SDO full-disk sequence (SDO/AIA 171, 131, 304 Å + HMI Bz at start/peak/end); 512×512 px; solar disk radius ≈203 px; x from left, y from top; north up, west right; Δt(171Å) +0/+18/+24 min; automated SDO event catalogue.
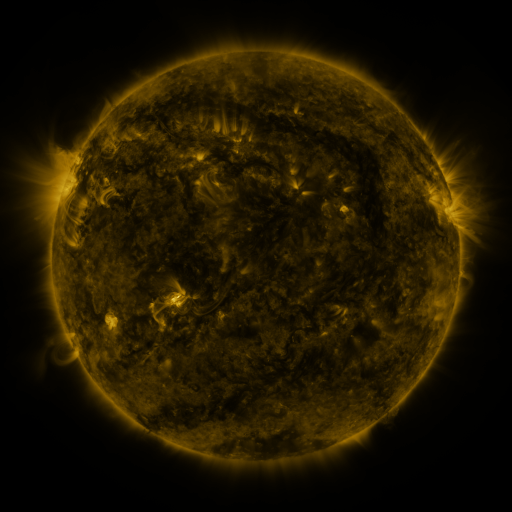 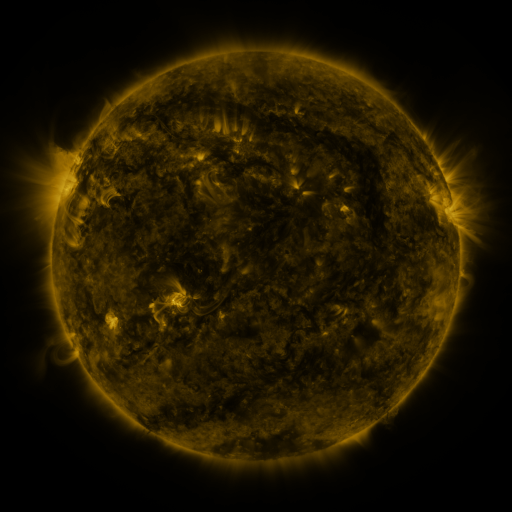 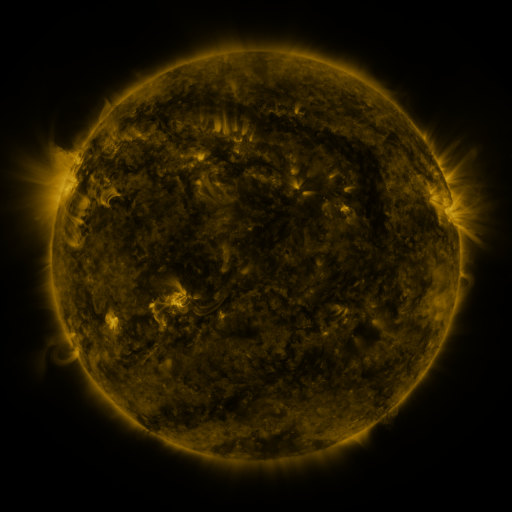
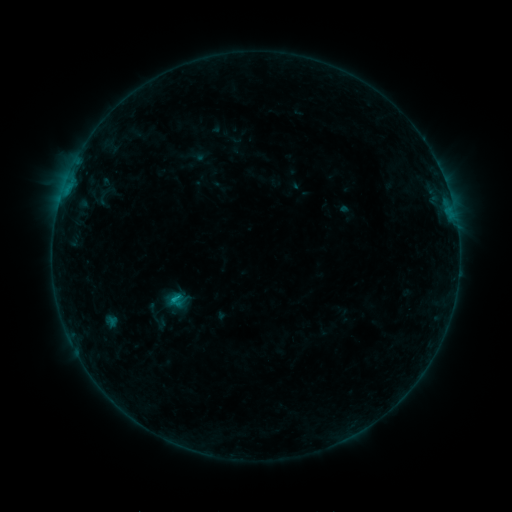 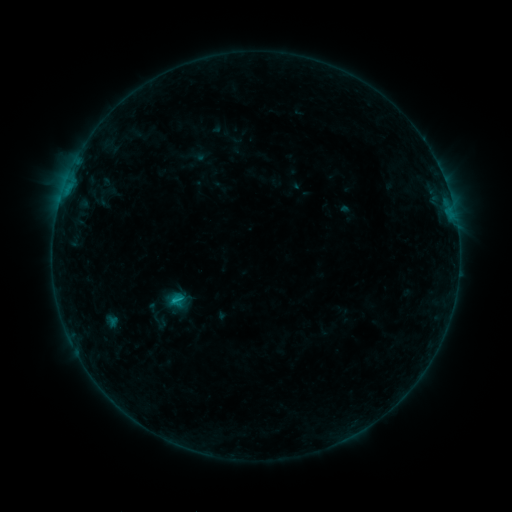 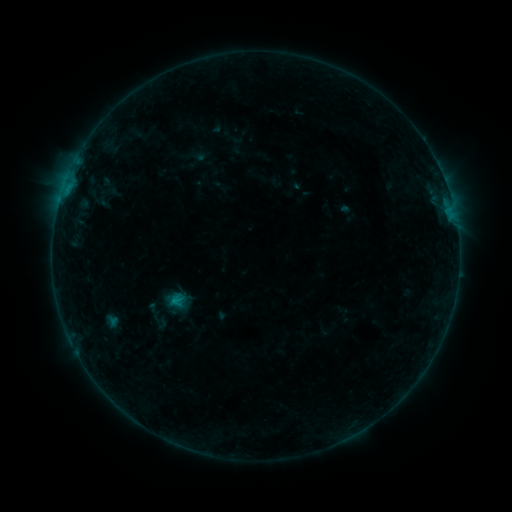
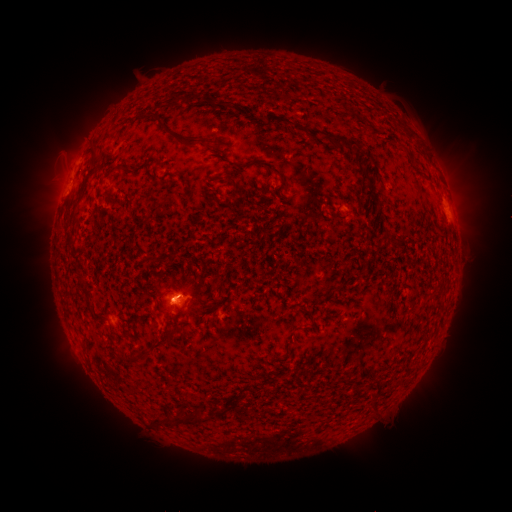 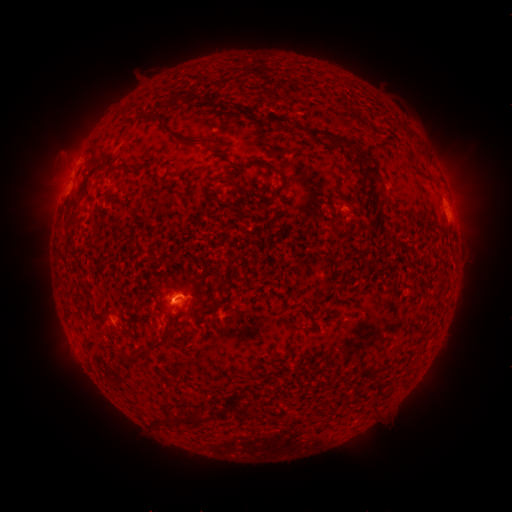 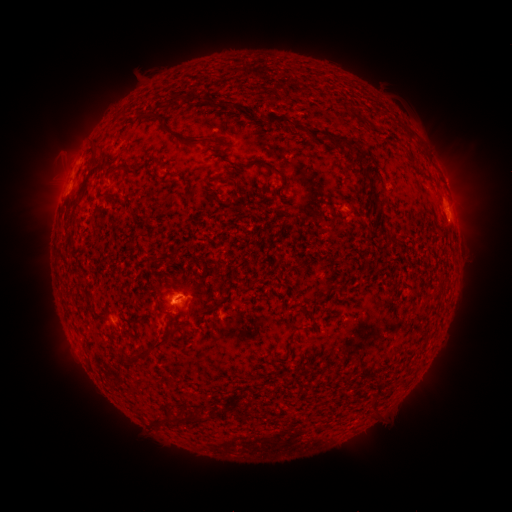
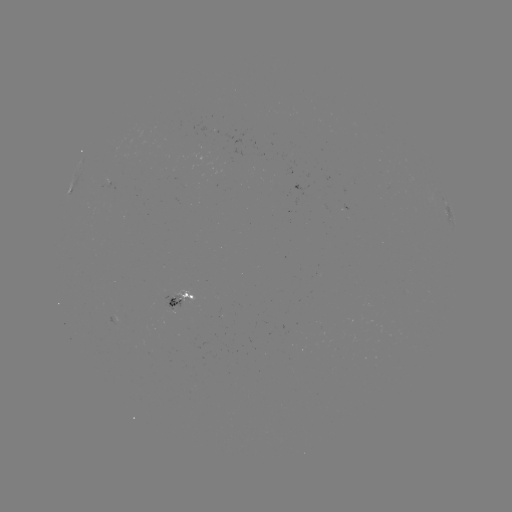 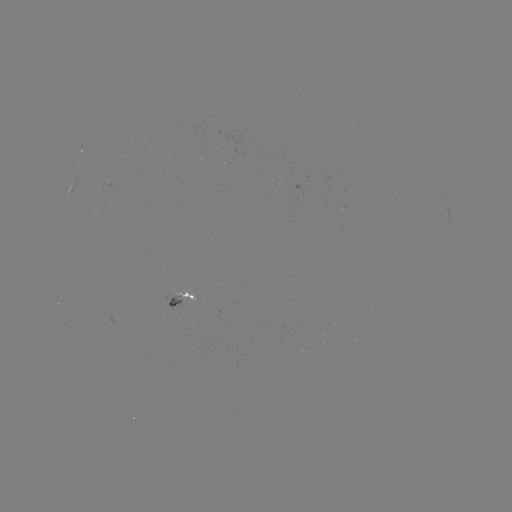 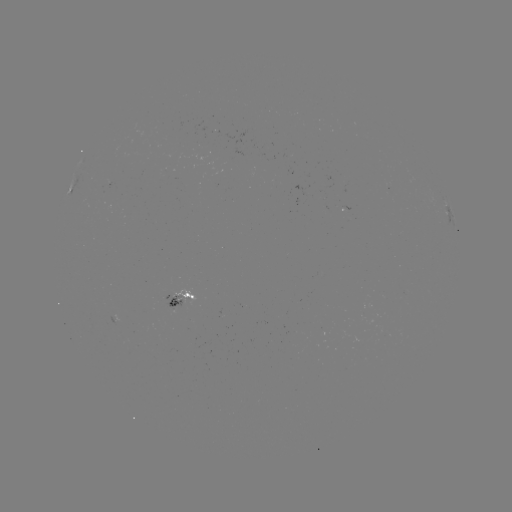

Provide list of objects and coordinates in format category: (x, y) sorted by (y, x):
B6.3 flare: (180, 298)
